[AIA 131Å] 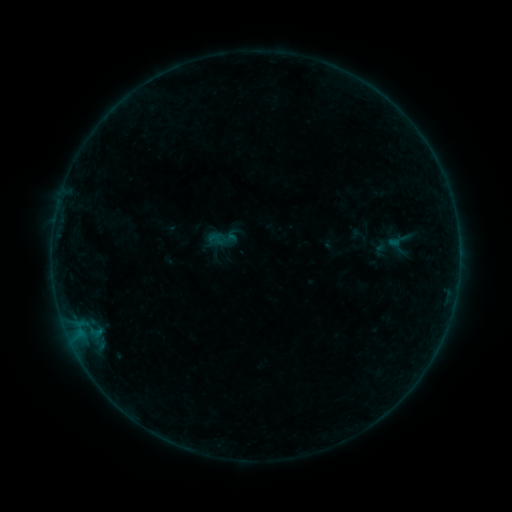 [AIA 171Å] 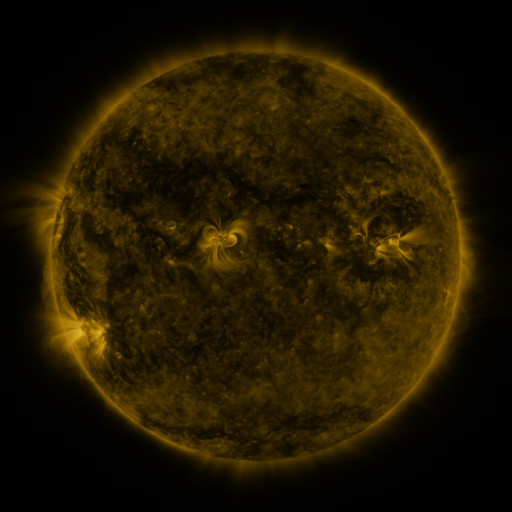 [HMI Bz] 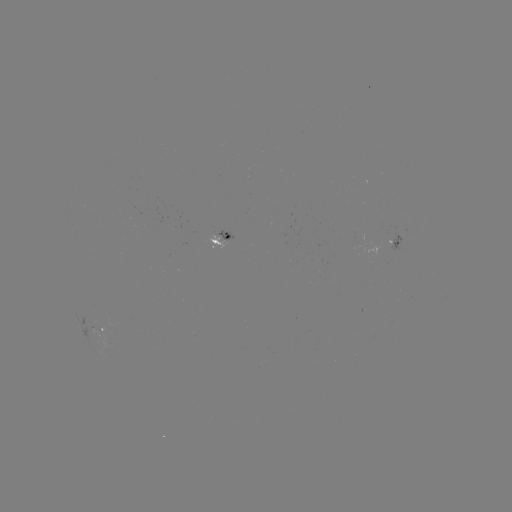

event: sigmoid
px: (217, 238)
